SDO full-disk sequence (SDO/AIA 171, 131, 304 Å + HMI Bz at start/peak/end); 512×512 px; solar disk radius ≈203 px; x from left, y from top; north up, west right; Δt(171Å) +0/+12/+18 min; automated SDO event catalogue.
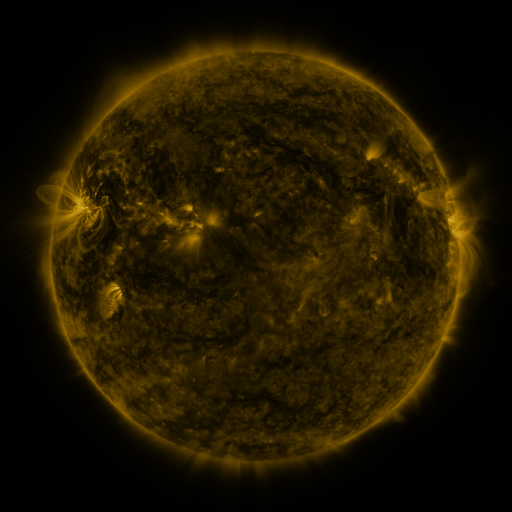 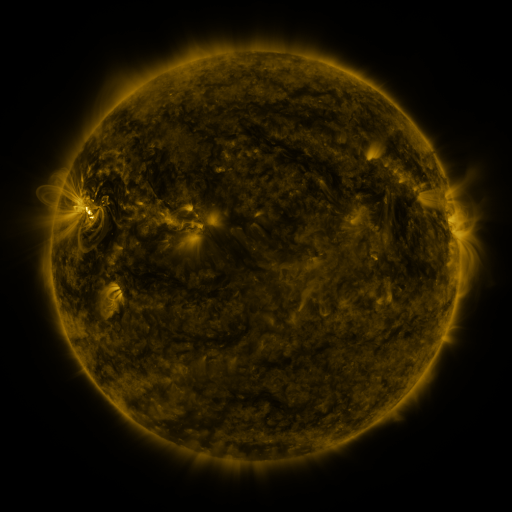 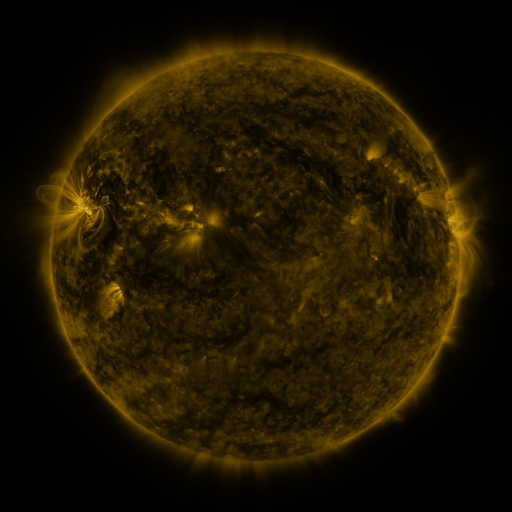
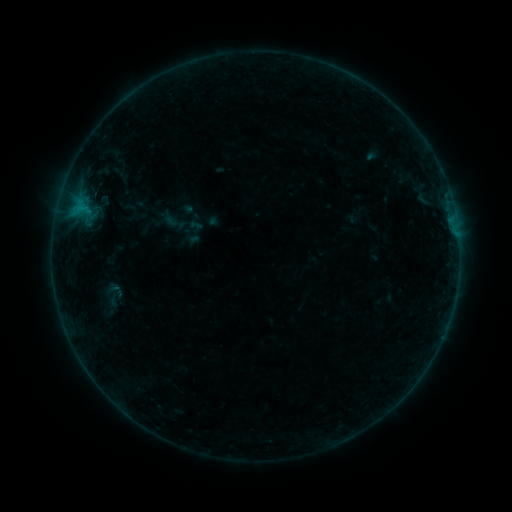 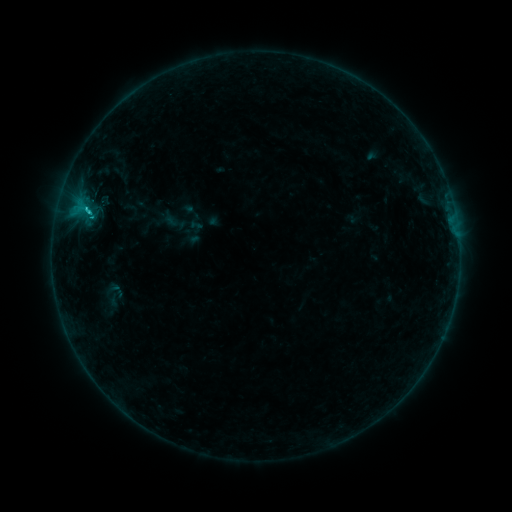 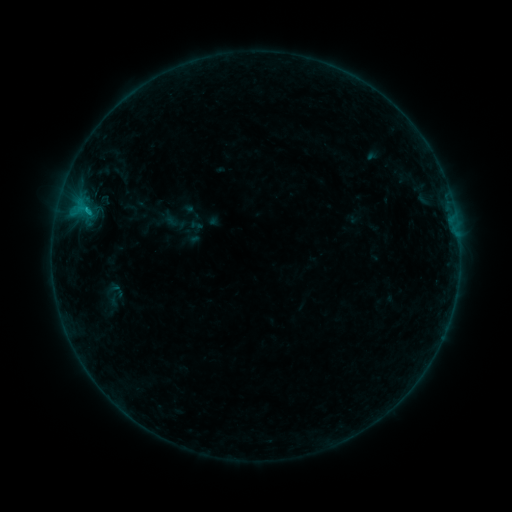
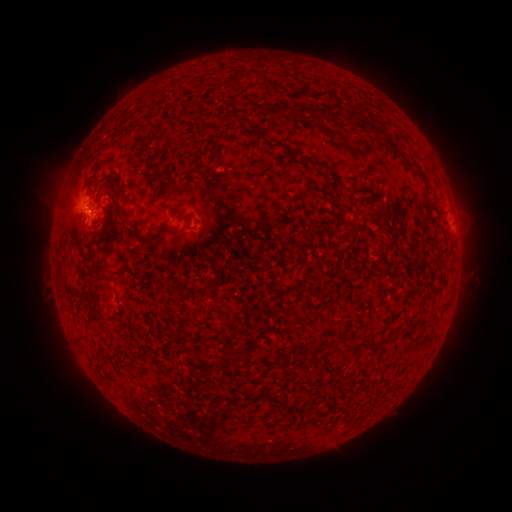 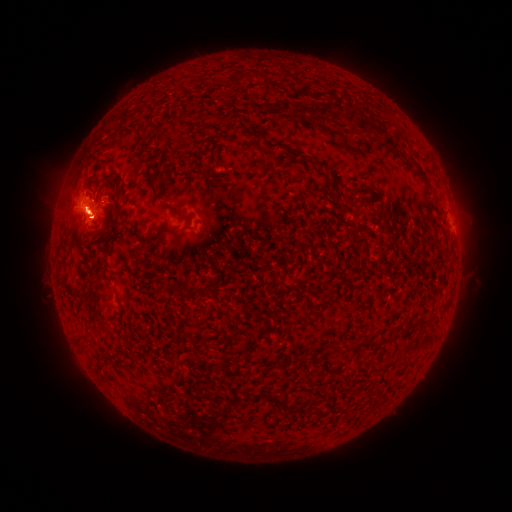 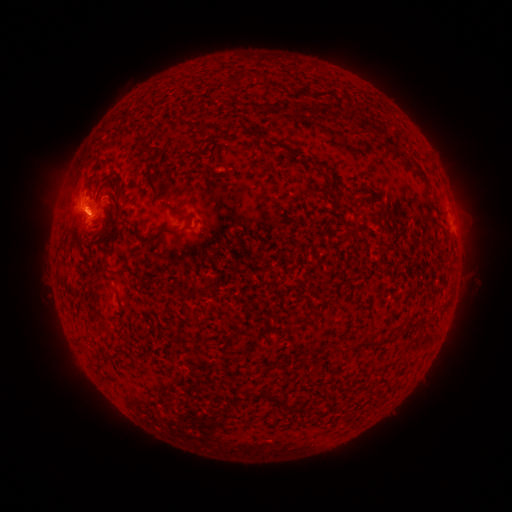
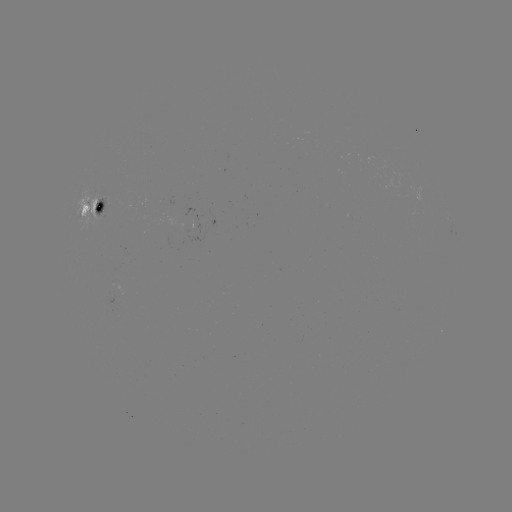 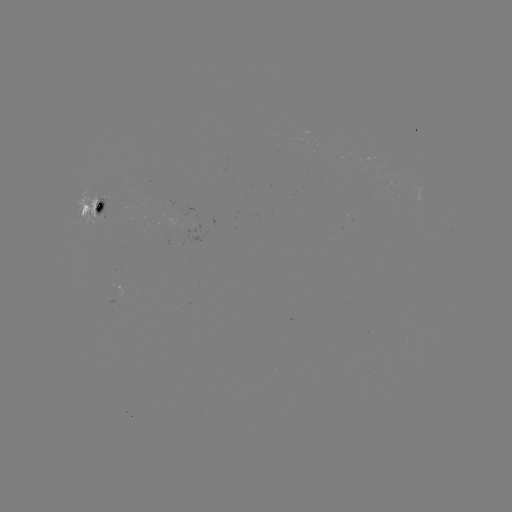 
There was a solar flare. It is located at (91, 212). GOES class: C1.1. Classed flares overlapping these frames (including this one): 1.